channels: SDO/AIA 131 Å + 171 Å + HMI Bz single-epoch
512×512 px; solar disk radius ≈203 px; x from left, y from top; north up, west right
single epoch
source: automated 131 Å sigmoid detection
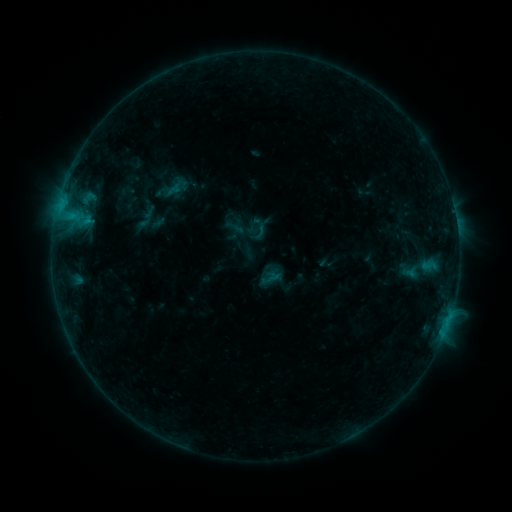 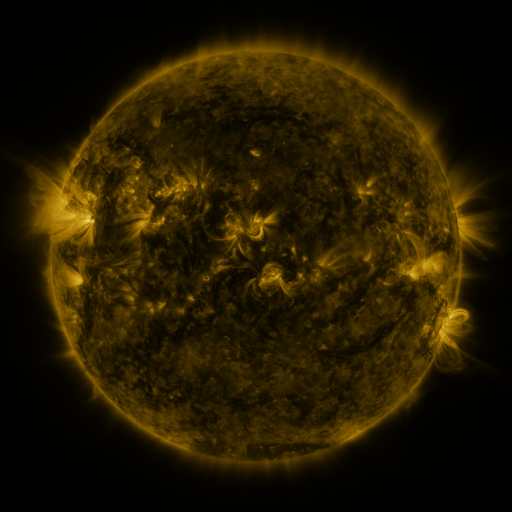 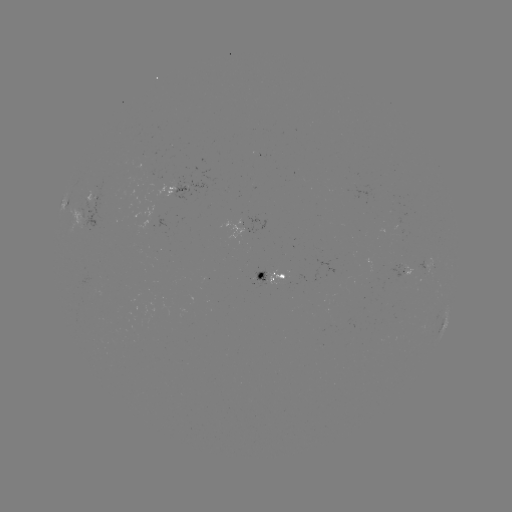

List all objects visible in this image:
sigmoid: (260, 235)
